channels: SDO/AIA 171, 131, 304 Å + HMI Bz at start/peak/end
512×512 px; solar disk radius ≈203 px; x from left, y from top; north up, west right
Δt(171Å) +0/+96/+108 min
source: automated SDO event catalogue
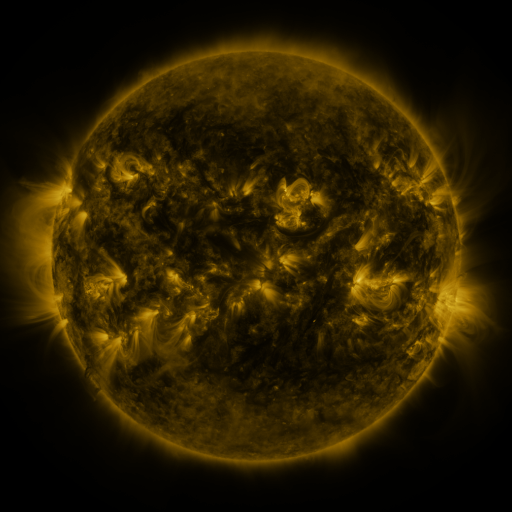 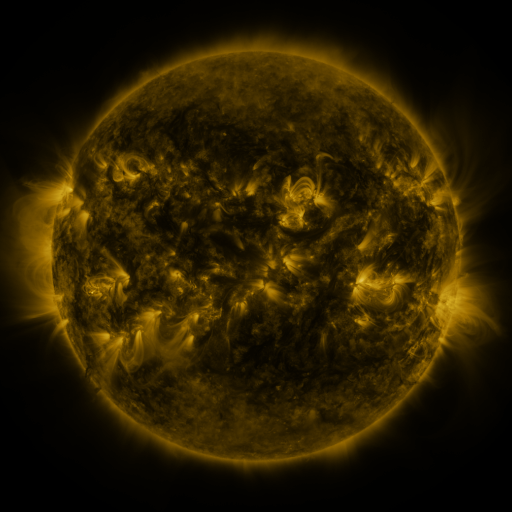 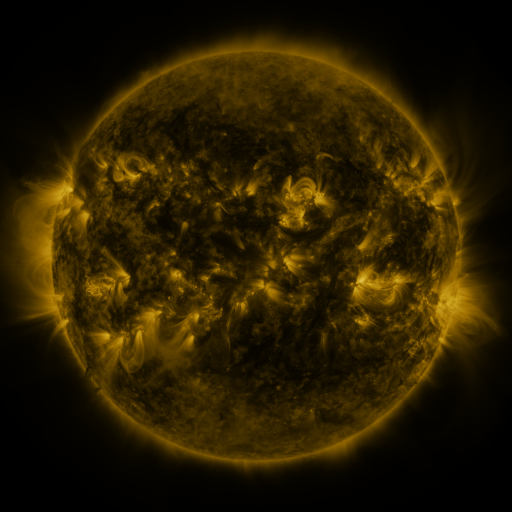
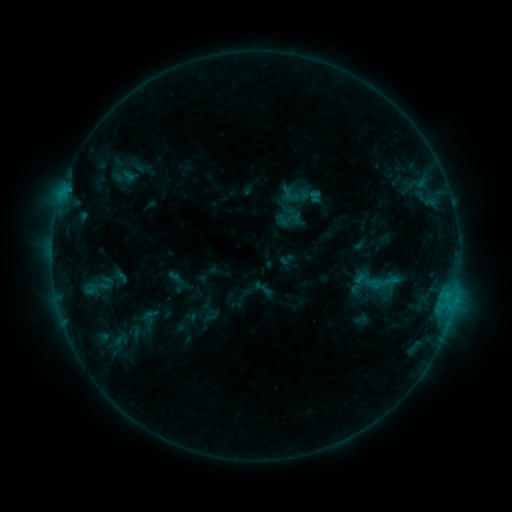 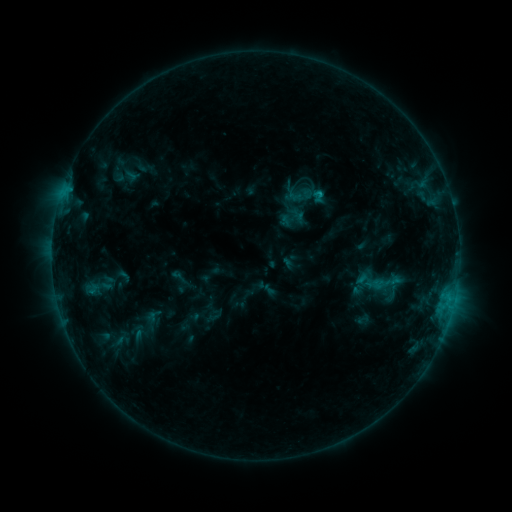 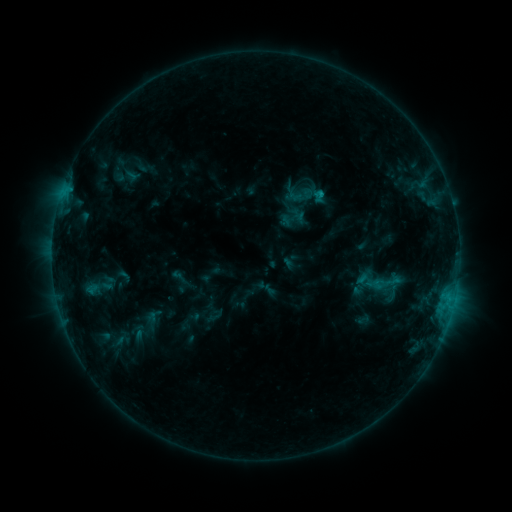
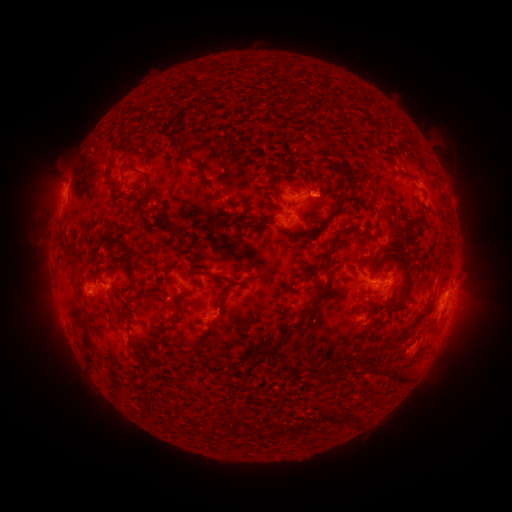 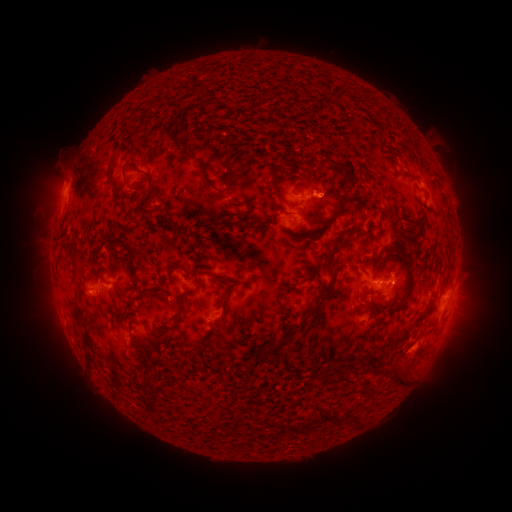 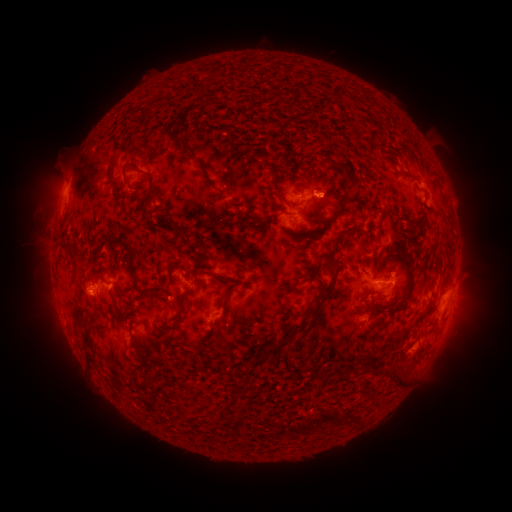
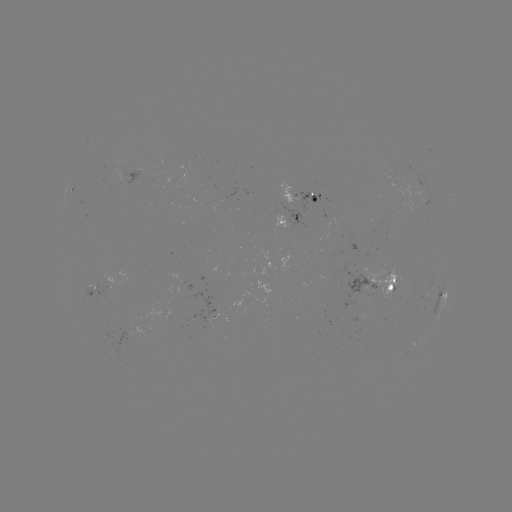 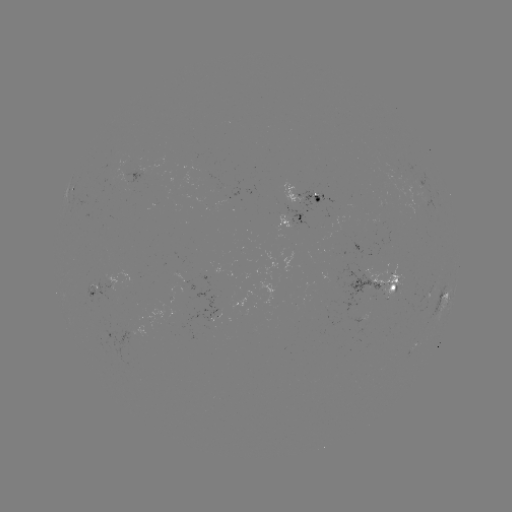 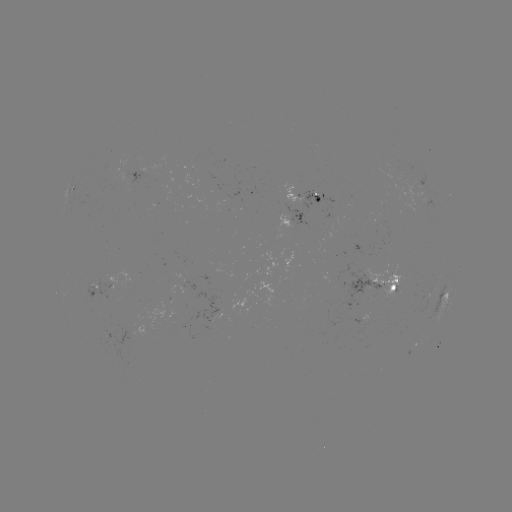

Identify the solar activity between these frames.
emerging-flux region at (95, 288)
